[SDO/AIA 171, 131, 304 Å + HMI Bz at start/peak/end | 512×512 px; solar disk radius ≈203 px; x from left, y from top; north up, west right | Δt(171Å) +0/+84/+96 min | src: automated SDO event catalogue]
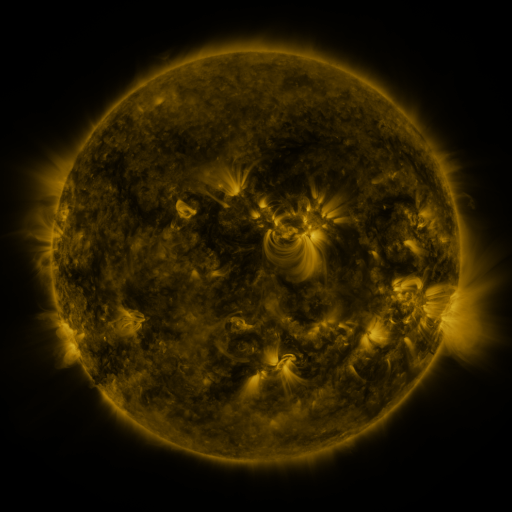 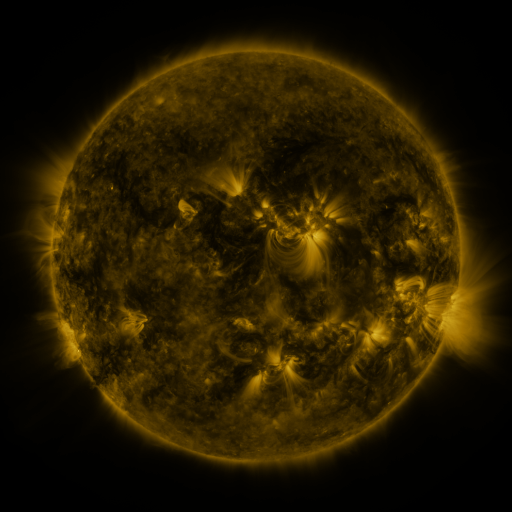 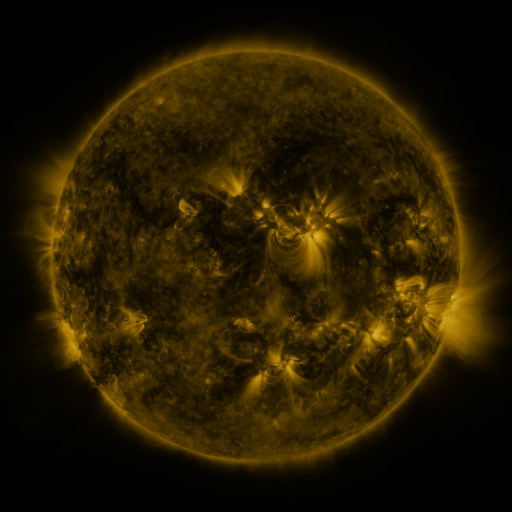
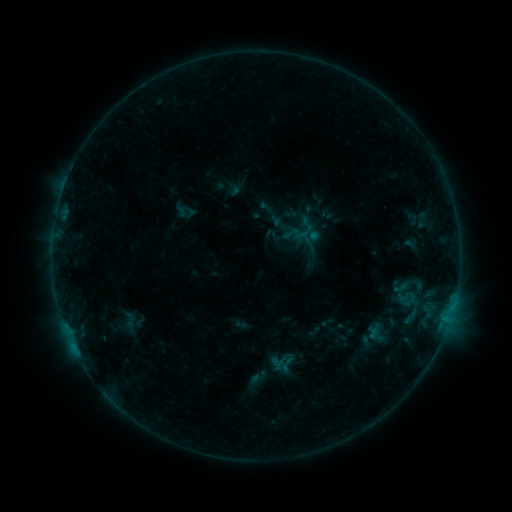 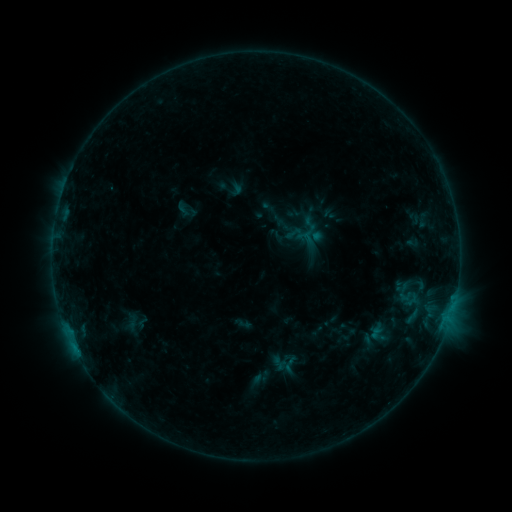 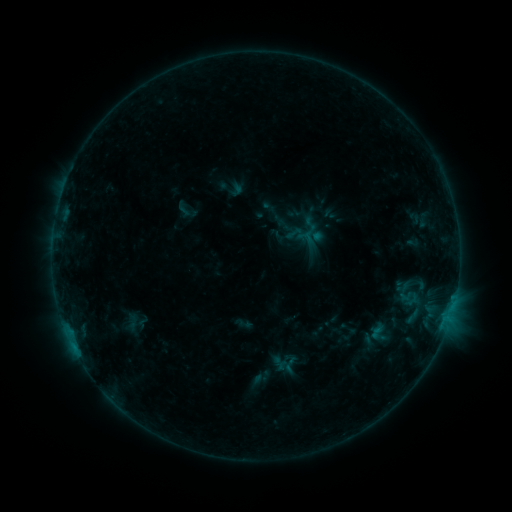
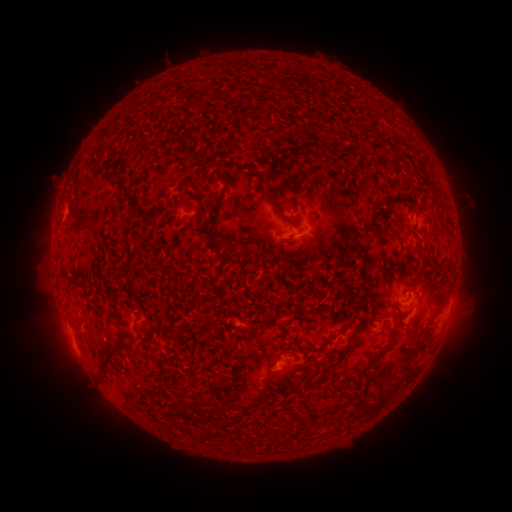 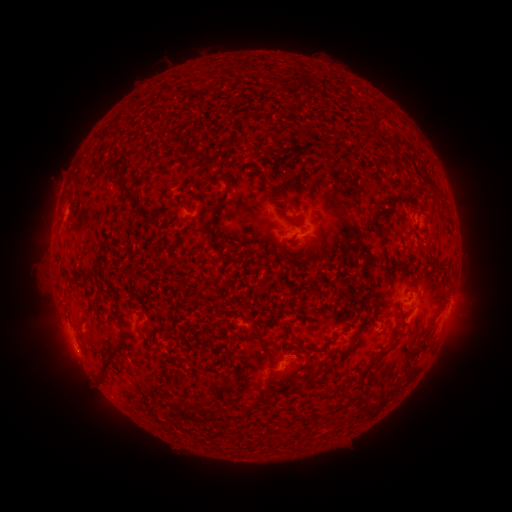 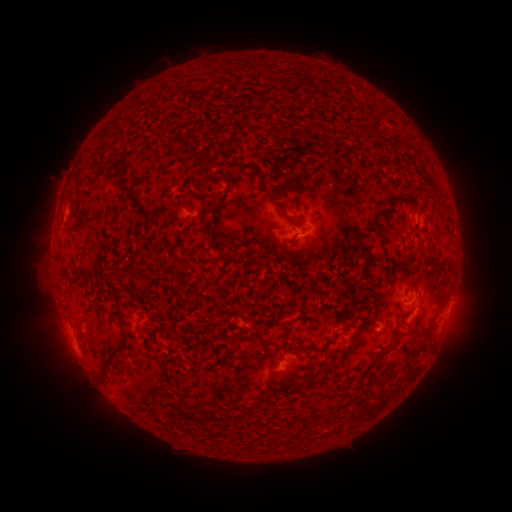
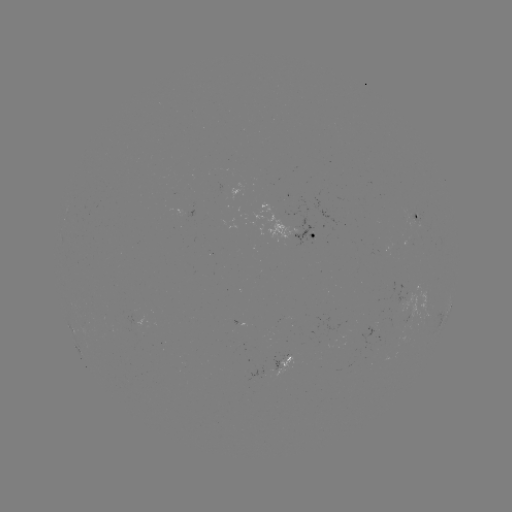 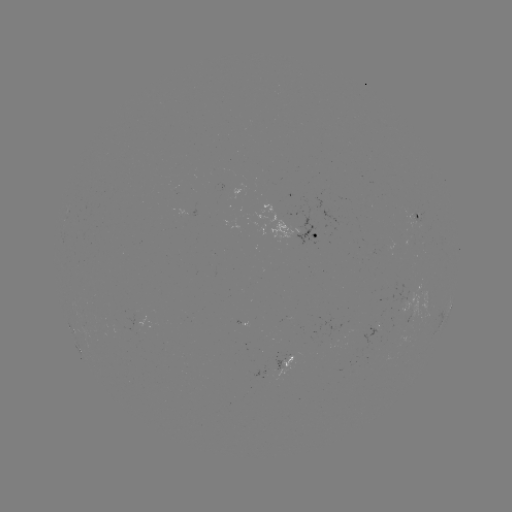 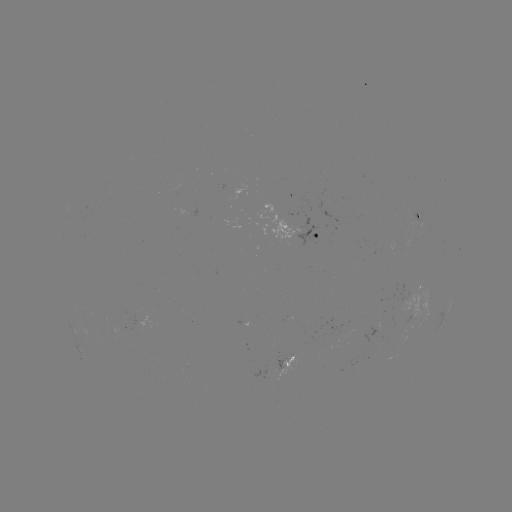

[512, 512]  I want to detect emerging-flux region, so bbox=[124, 310, 139, 332].